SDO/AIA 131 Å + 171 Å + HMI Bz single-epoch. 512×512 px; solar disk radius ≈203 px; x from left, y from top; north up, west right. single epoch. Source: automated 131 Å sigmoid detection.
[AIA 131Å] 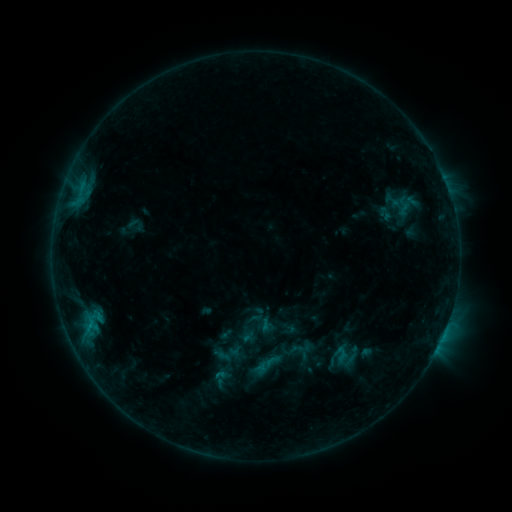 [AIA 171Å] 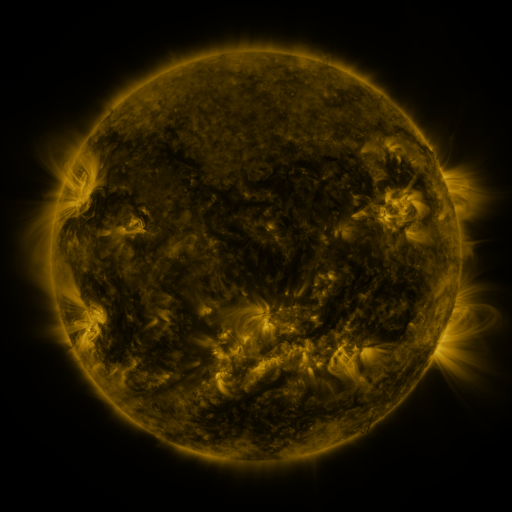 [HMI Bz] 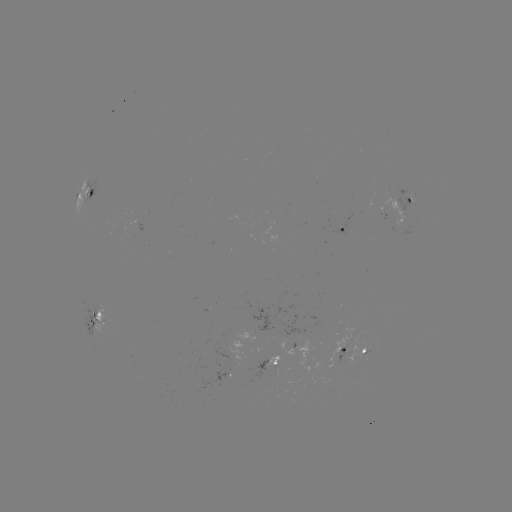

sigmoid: <bbox>257, 351, 281, 375</bbox>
